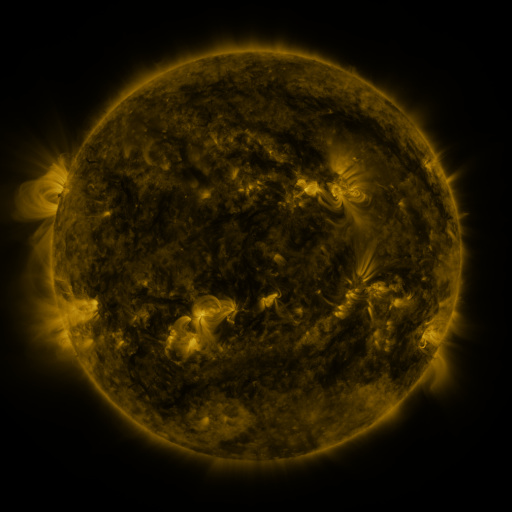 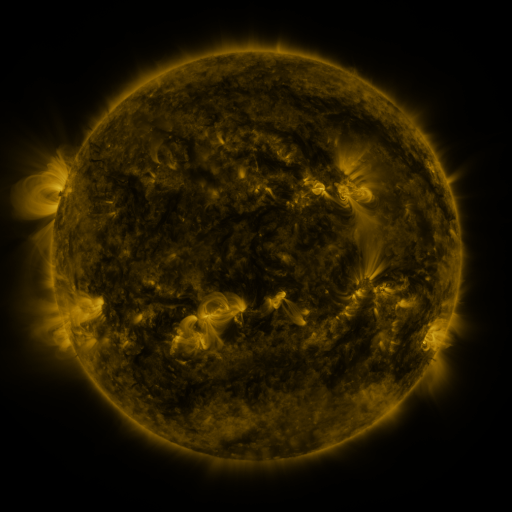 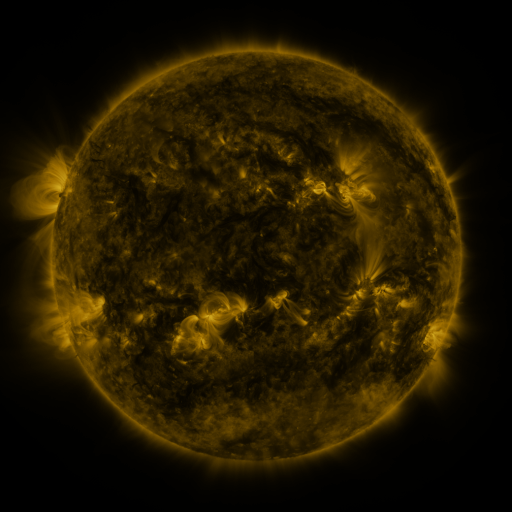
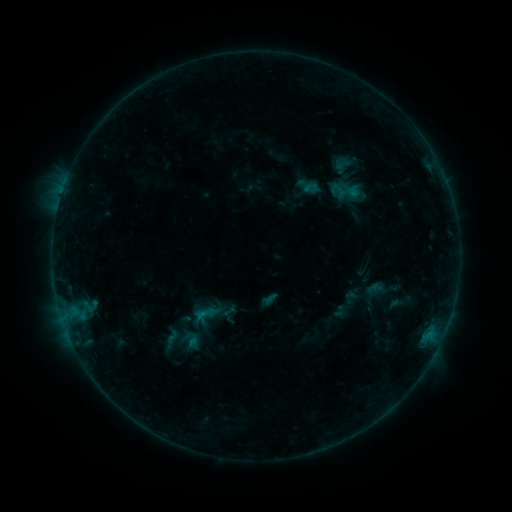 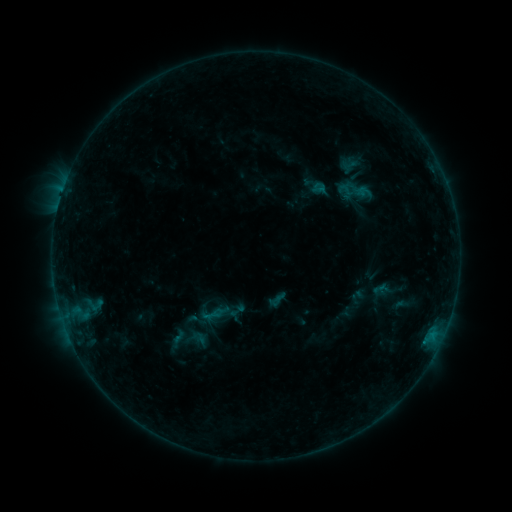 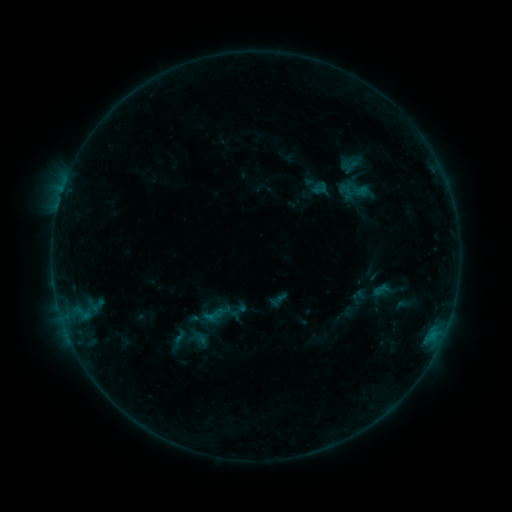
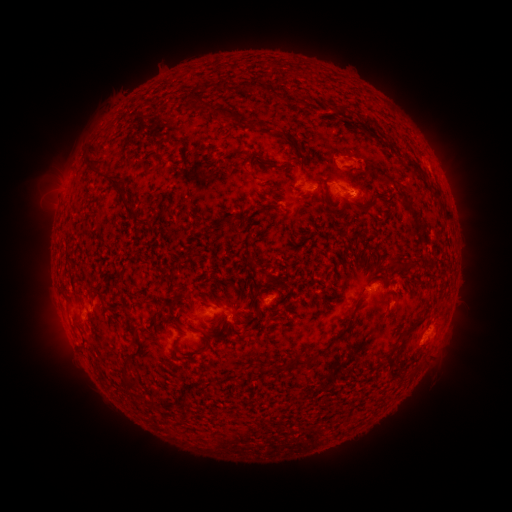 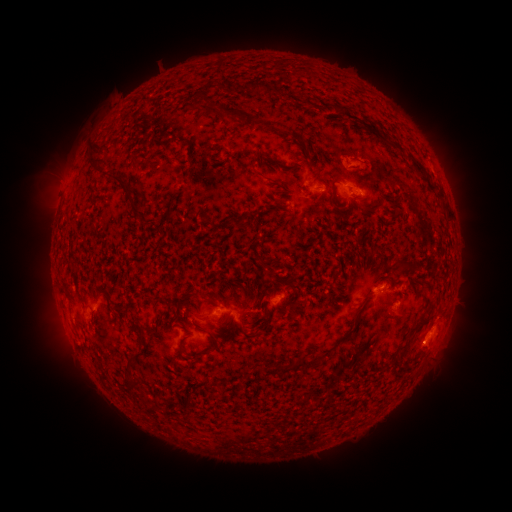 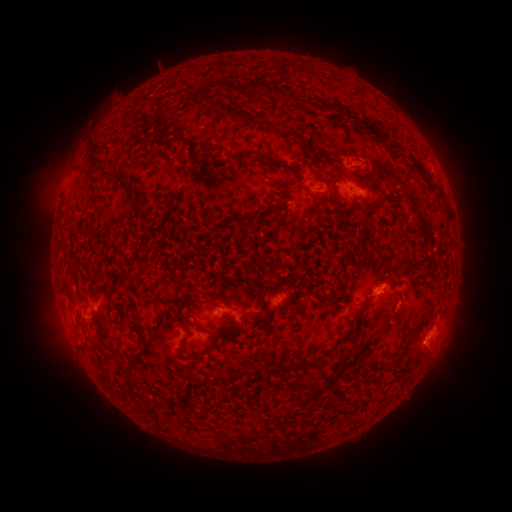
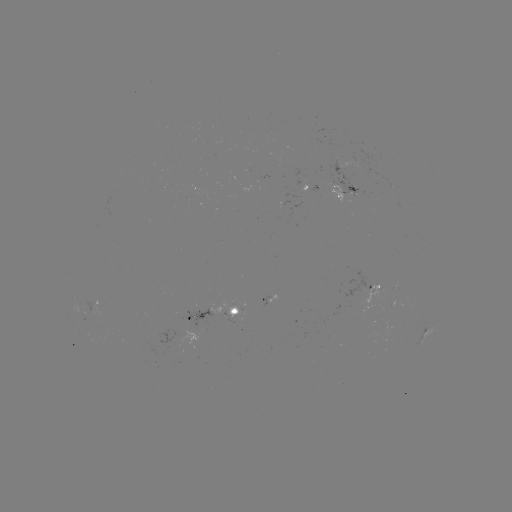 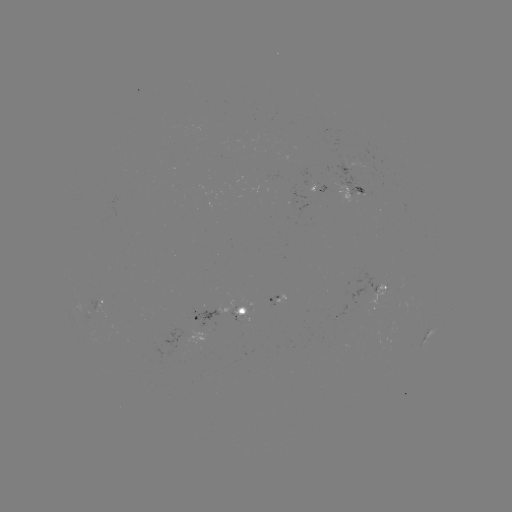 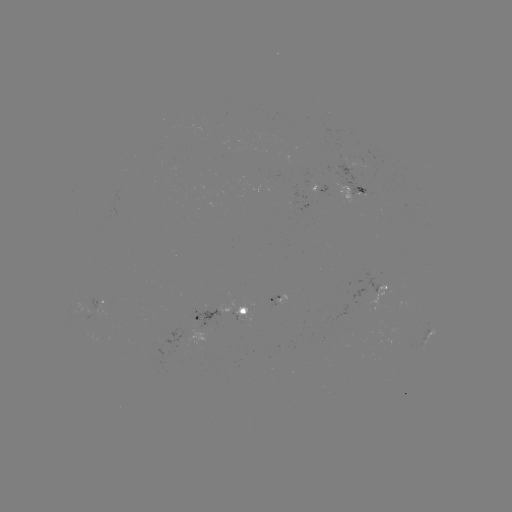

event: emerging-flux region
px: (233, 313)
